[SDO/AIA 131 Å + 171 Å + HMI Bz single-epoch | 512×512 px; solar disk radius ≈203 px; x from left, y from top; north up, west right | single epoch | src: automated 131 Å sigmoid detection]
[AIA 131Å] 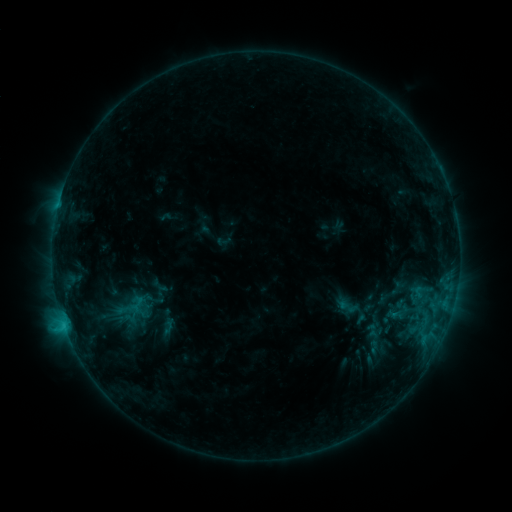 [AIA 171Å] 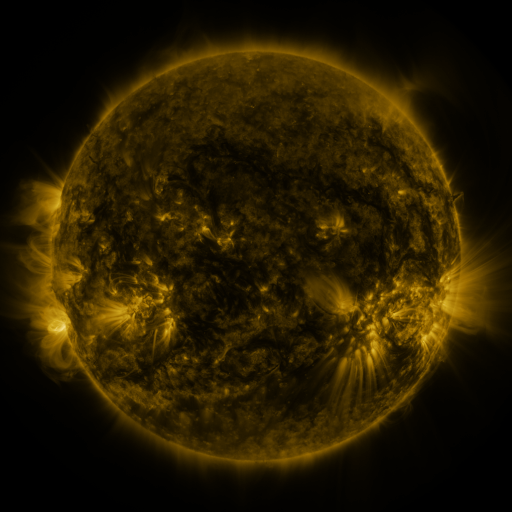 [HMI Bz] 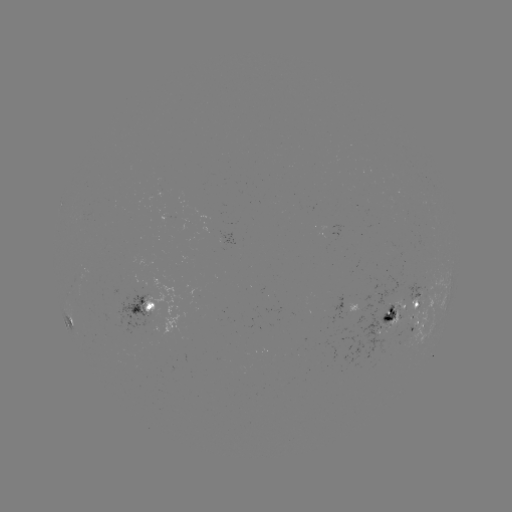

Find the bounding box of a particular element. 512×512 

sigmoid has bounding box [338, 296, 370, 327].